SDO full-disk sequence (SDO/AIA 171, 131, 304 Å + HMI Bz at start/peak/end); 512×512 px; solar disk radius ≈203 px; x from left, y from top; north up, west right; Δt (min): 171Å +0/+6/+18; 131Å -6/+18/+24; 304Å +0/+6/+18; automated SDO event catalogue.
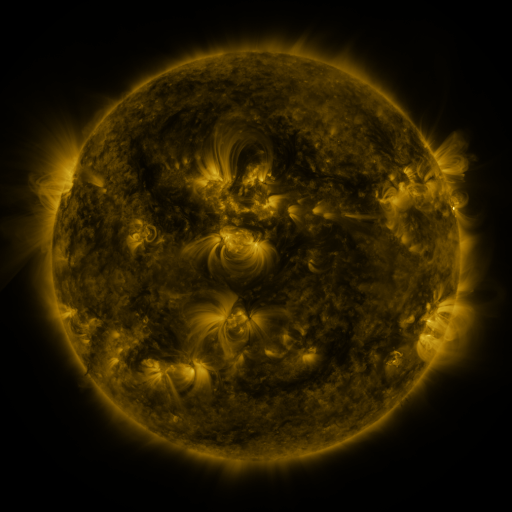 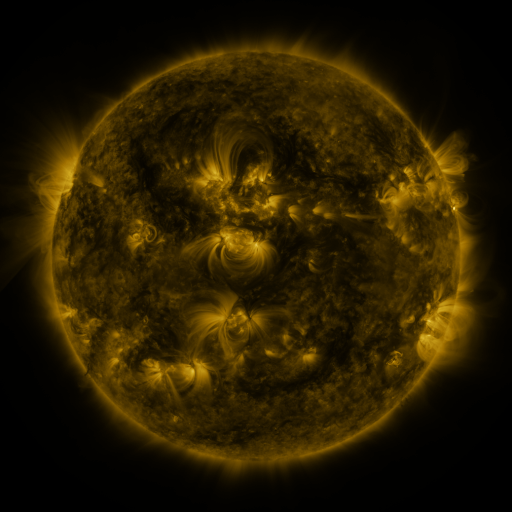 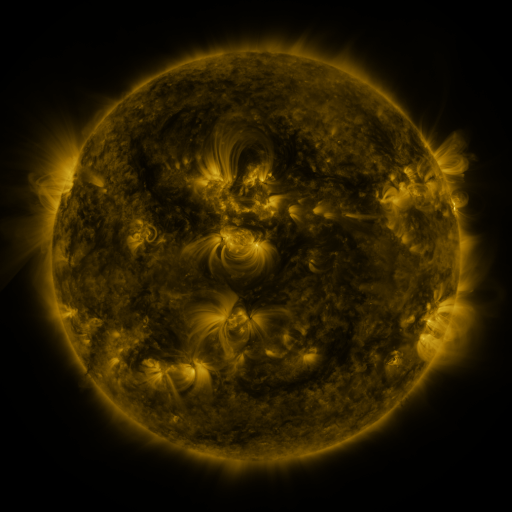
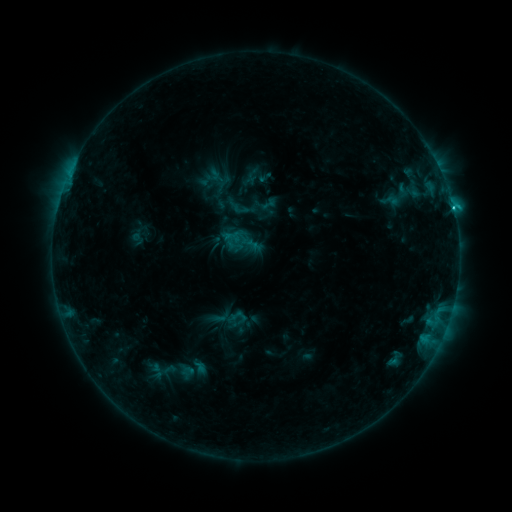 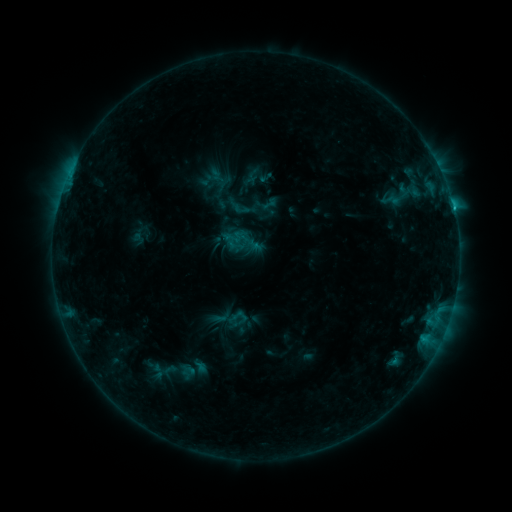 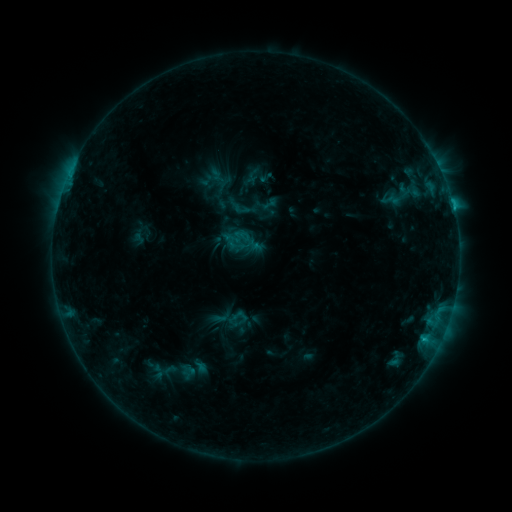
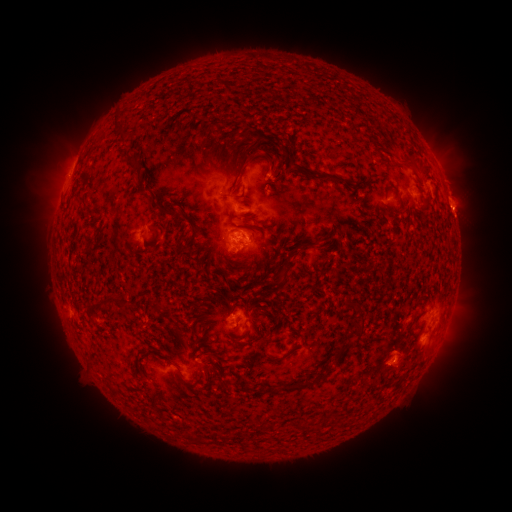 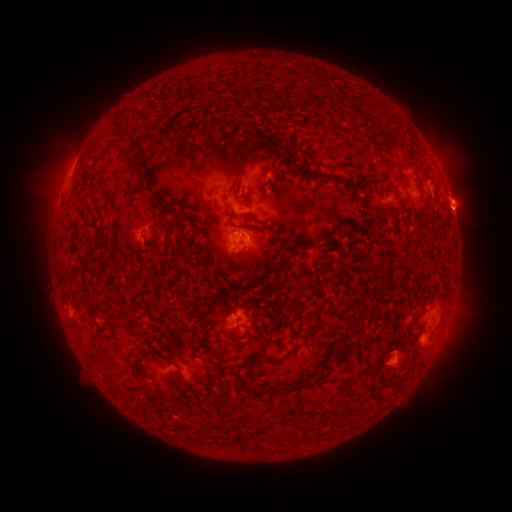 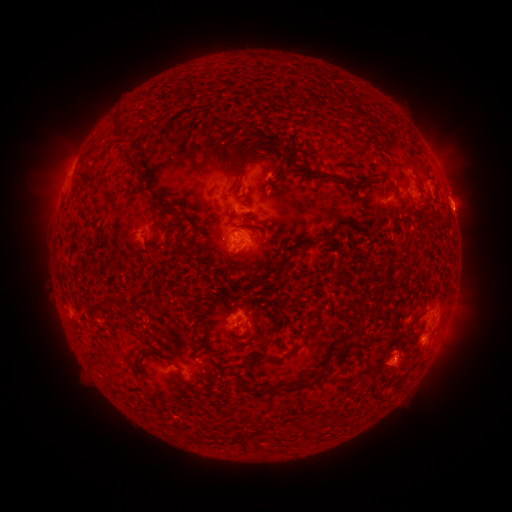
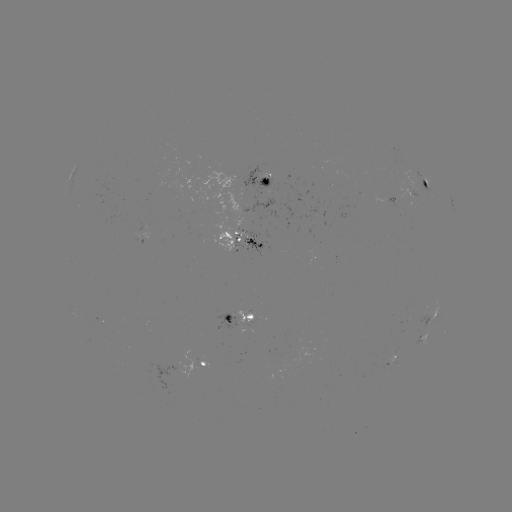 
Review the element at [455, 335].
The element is eruption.